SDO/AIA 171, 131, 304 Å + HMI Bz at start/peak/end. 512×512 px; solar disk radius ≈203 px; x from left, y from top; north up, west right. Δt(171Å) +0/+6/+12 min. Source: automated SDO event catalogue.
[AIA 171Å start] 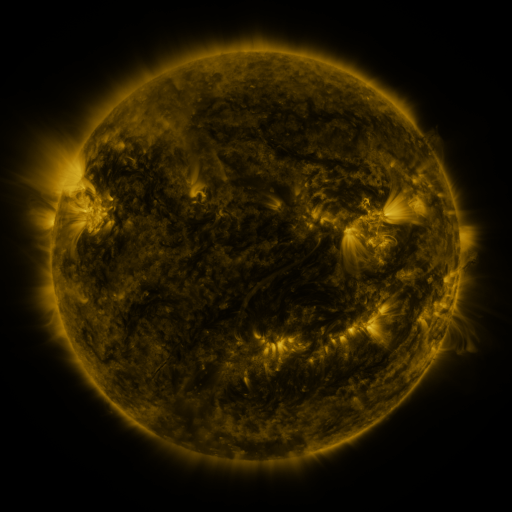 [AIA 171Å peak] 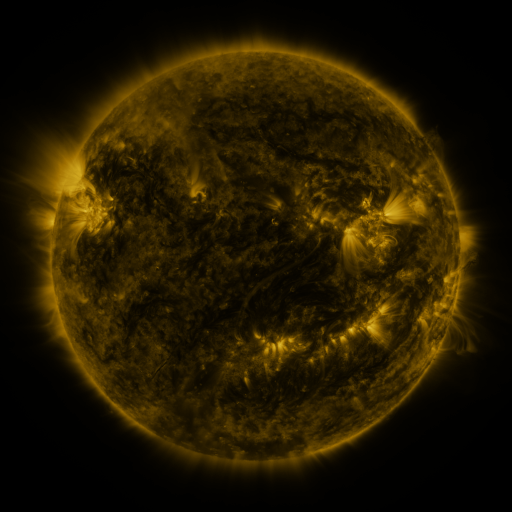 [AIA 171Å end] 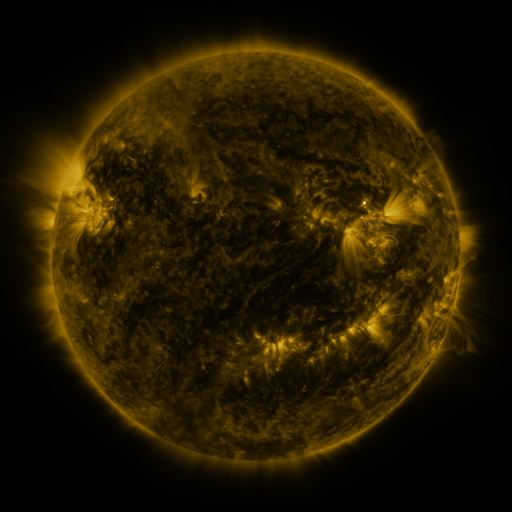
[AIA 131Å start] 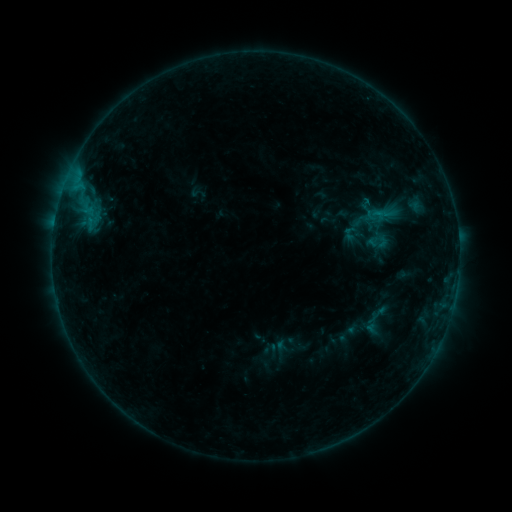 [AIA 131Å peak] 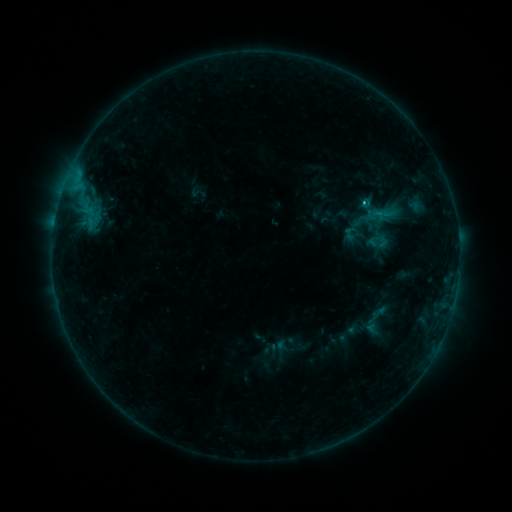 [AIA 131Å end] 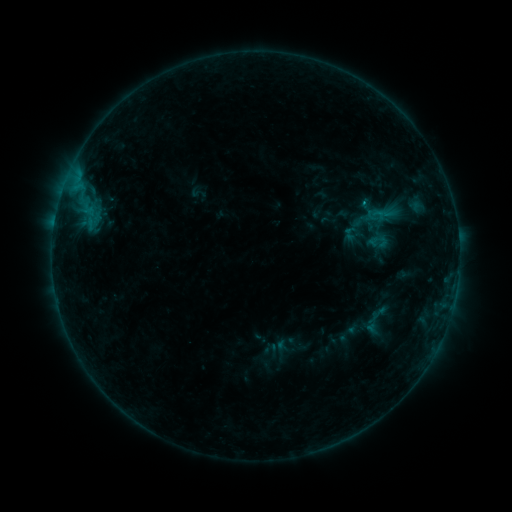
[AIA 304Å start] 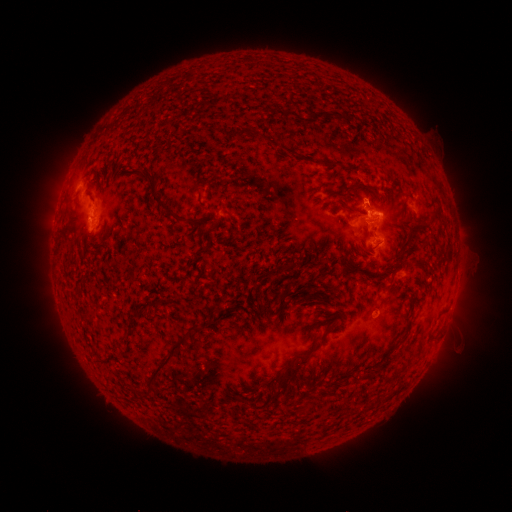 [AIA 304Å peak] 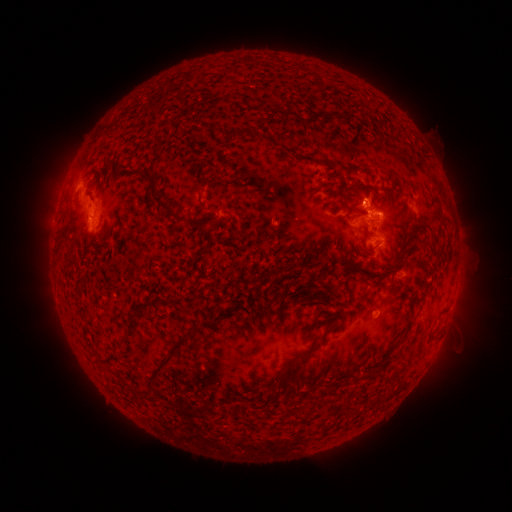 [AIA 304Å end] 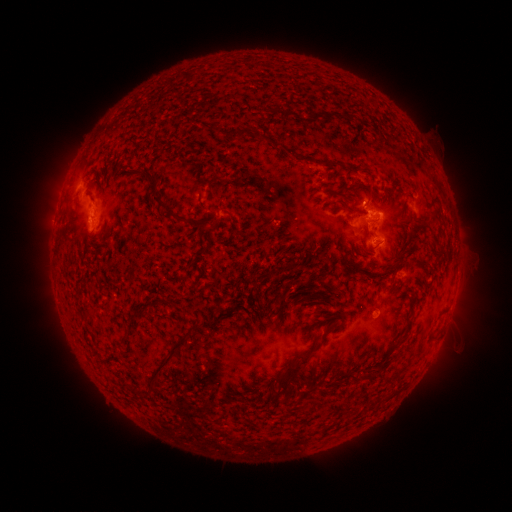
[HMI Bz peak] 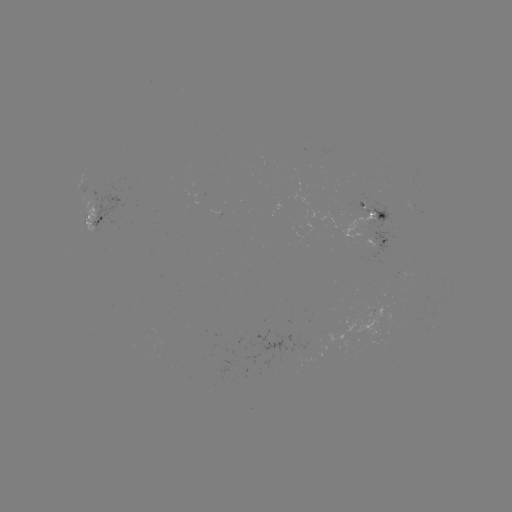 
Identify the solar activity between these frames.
B8.7 flare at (362, 205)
